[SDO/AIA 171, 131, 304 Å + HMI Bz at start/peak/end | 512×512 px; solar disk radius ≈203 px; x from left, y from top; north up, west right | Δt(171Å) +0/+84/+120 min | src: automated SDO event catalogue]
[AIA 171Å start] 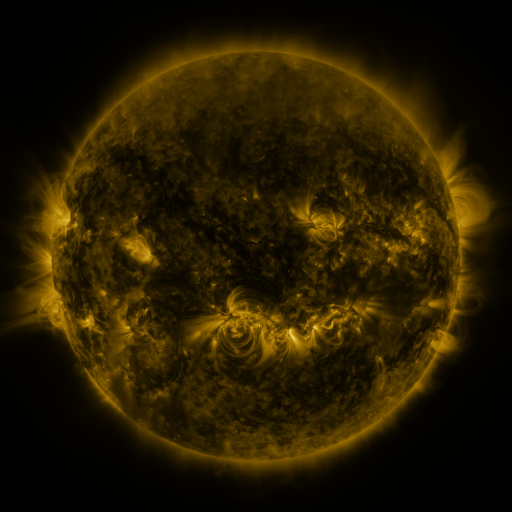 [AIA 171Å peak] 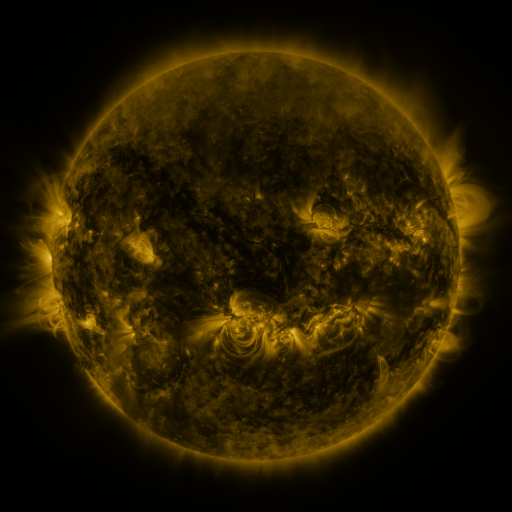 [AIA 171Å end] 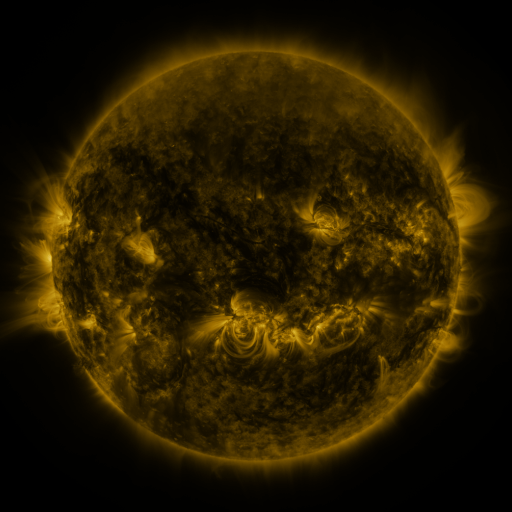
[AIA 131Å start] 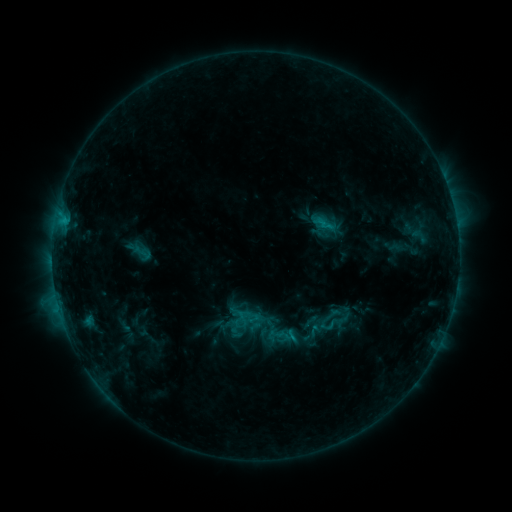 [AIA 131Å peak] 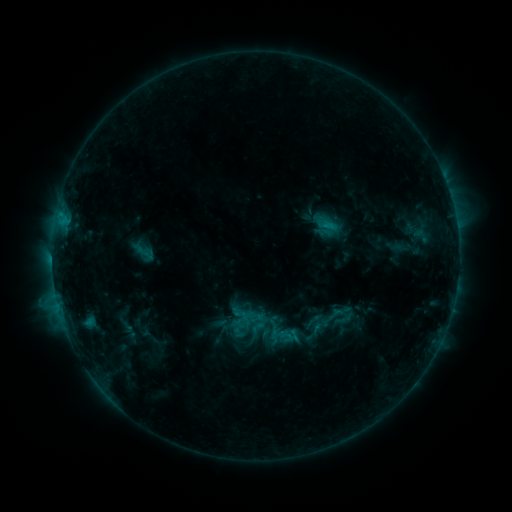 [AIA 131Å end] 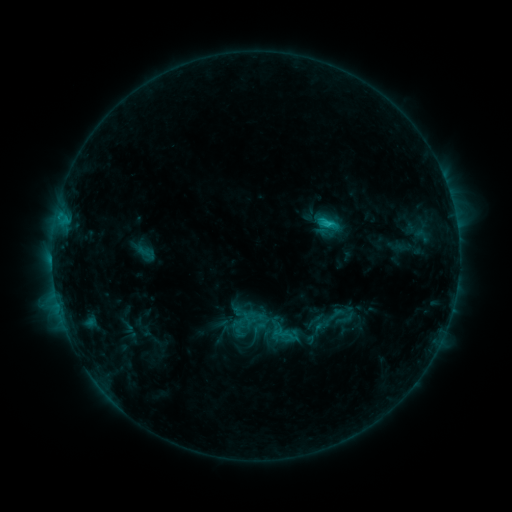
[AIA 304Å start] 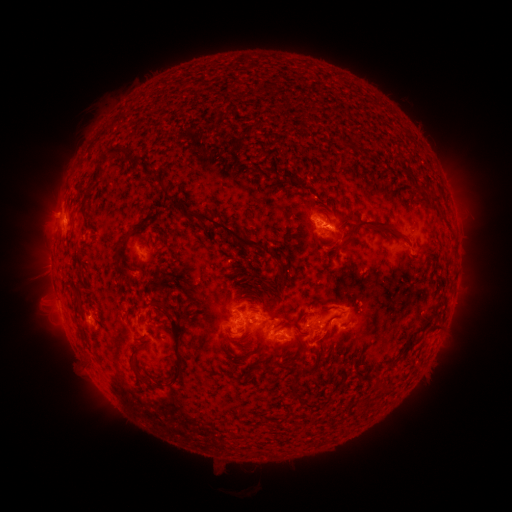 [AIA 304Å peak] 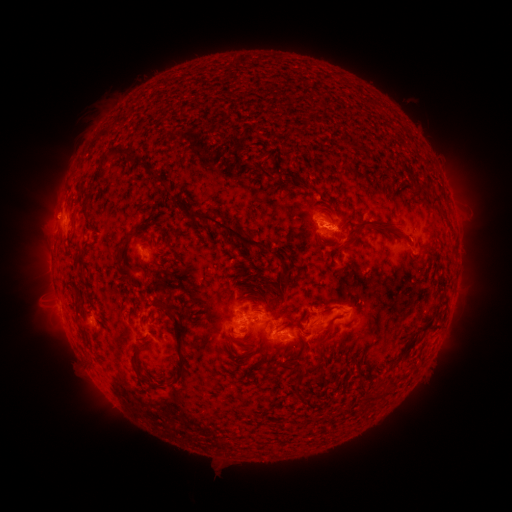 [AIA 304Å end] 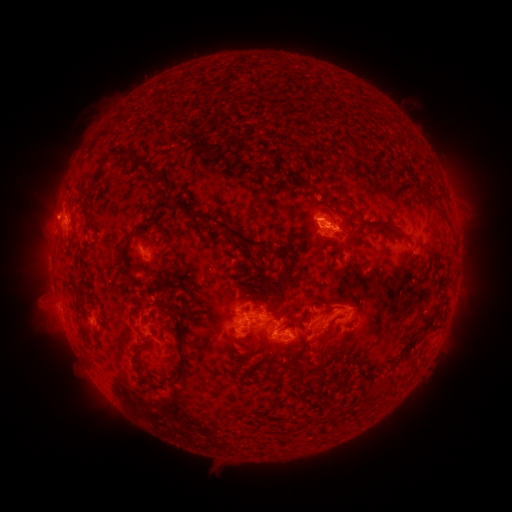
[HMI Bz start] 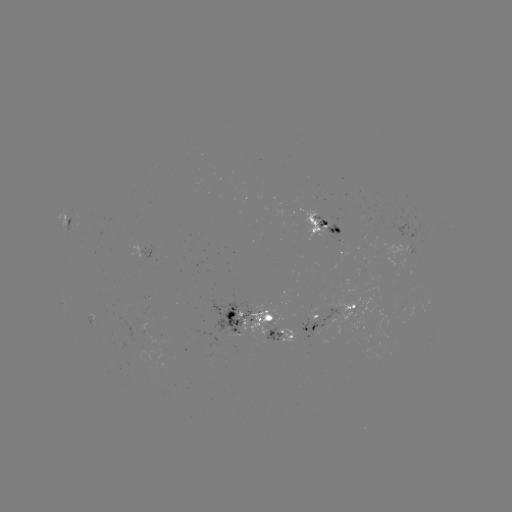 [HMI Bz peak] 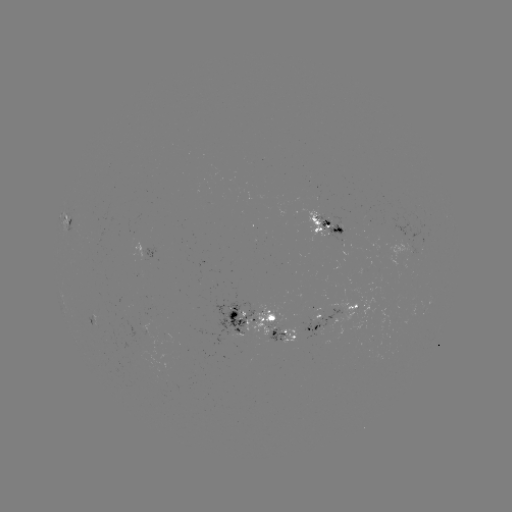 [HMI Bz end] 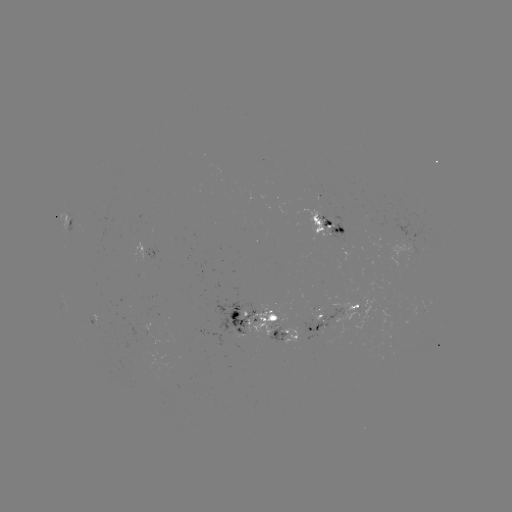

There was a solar emerging-flux region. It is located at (242, 333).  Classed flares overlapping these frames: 1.